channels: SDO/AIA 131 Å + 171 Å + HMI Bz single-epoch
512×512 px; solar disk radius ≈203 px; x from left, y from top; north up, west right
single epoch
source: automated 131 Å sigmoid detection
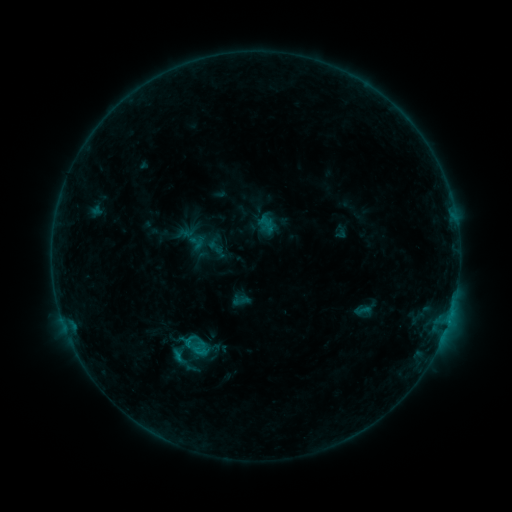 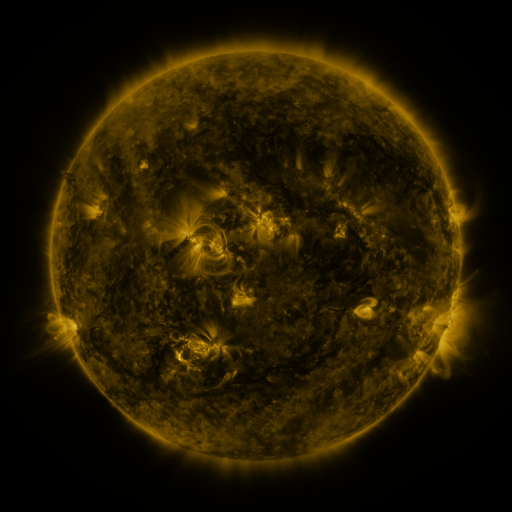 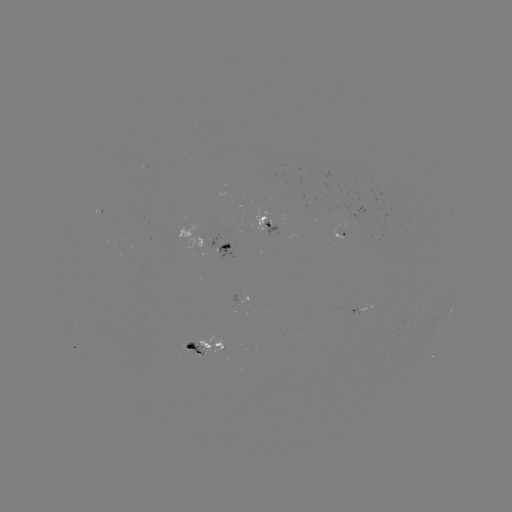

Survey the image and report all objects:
sigmoid: <bbox>175, 326, 208, 355</bbox>
